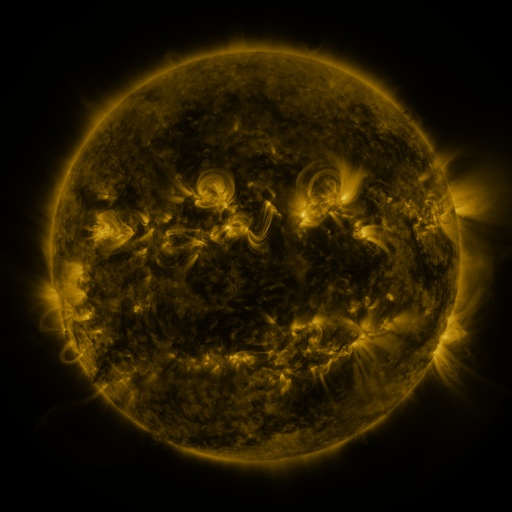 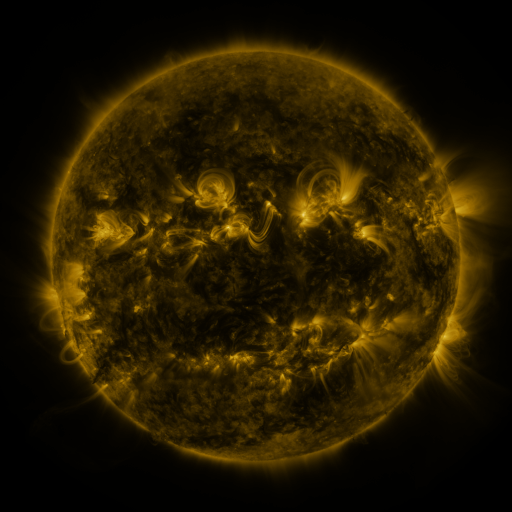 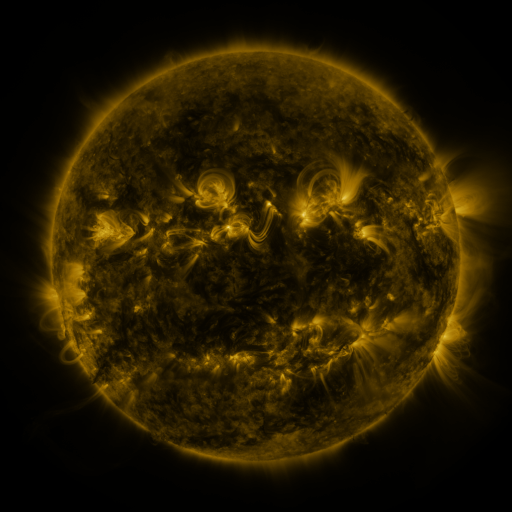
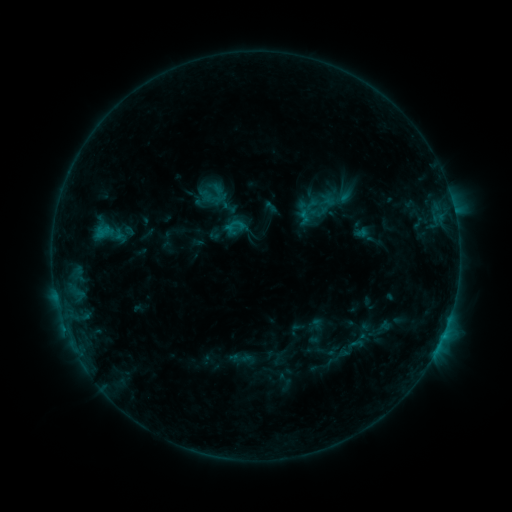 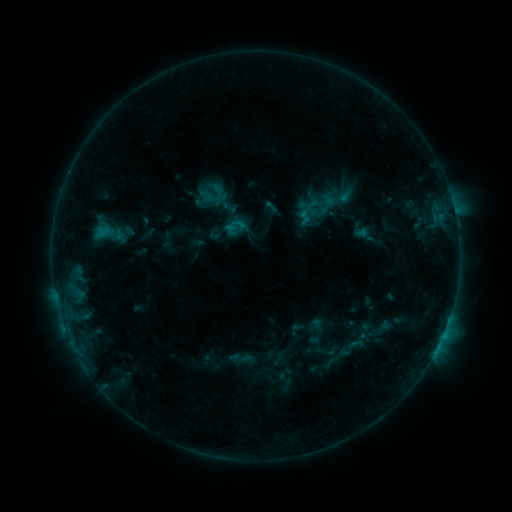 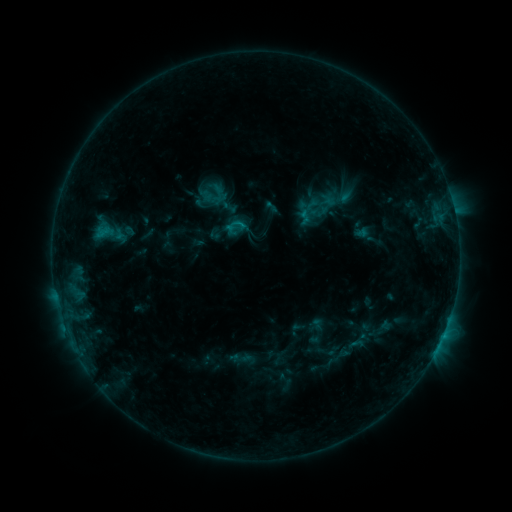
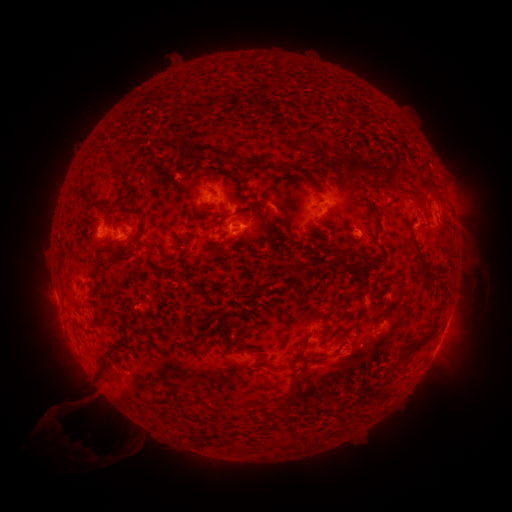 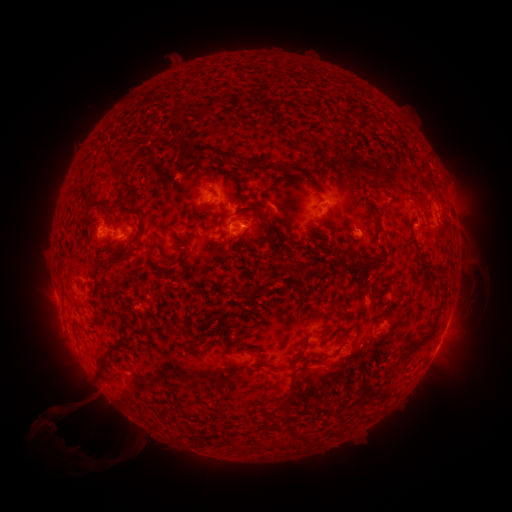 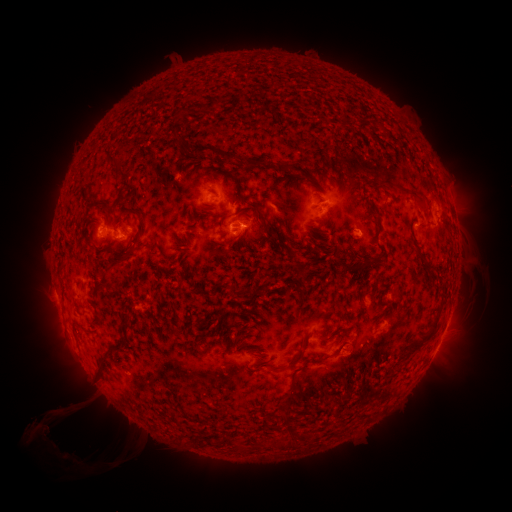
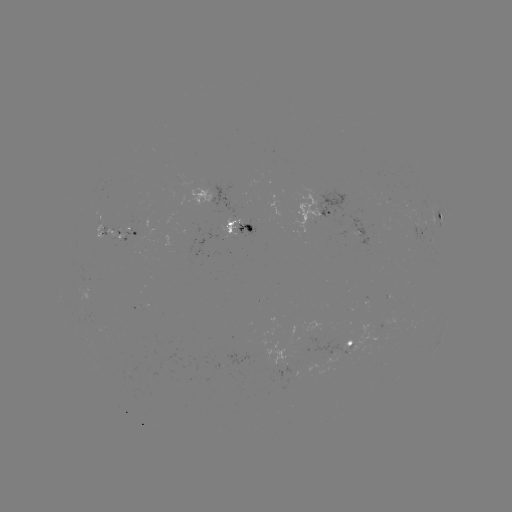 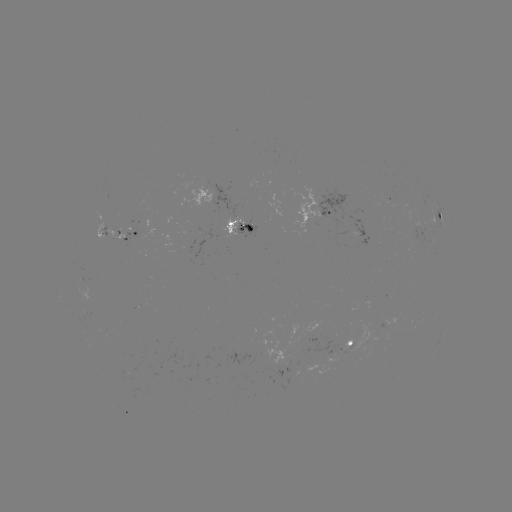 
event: eruption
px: (50, 430)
